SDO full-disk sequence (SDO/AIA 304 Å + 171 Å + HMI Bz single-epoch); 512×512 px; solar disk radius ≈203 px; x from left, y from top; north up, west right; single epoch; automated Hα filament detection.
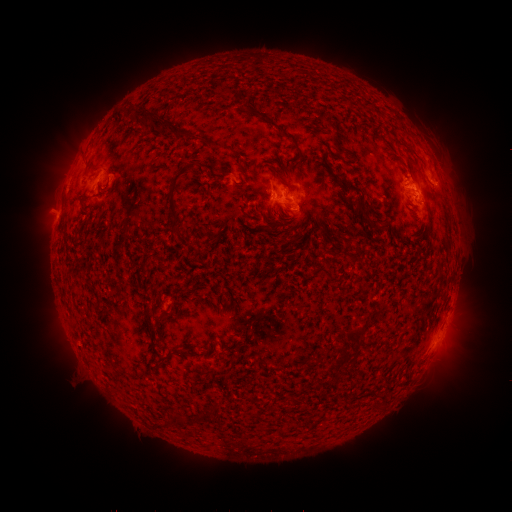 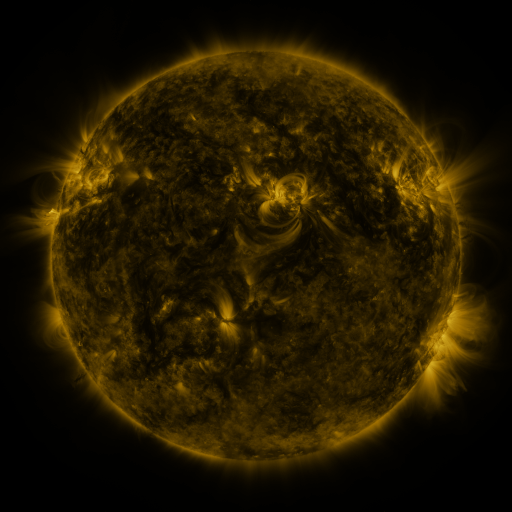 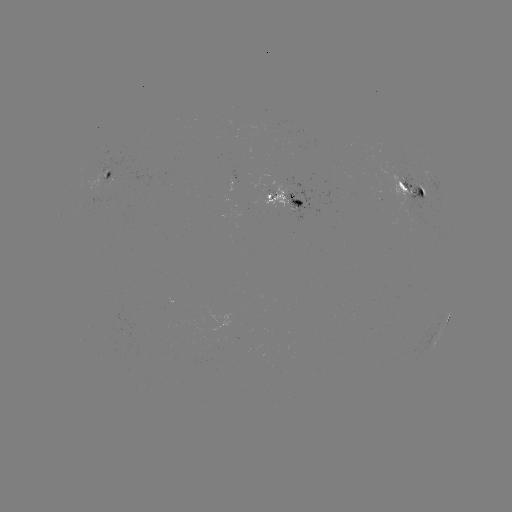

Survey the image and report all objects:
filament: (350, 105)
filament: (121, 114)
filament: (153, 120)
filament: (325, 121)
filament: (285, 136)
filament: (280, 177)
filament: (402, 187)
filament: (104, 188)
filament: (172, 190)
filament: (298, 203)
filament: (363, 218)
filament: (381, 227)
filament: (162, 265)
filament: (161, 317)
filament: (355, 335)
filament: (387, 342)
filament: (343, 353)
filament: (199, 416)
filament: (176, 421)
filament: (161, 424)
